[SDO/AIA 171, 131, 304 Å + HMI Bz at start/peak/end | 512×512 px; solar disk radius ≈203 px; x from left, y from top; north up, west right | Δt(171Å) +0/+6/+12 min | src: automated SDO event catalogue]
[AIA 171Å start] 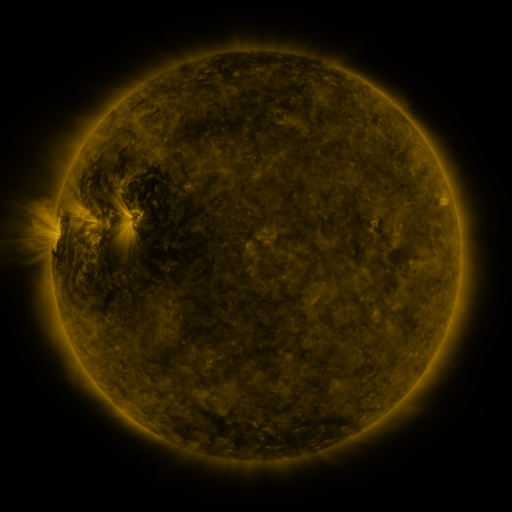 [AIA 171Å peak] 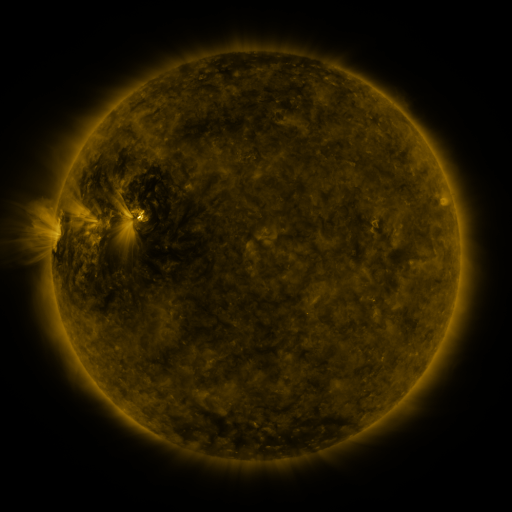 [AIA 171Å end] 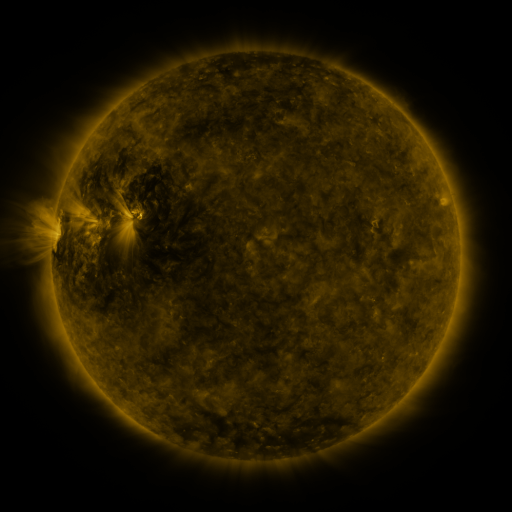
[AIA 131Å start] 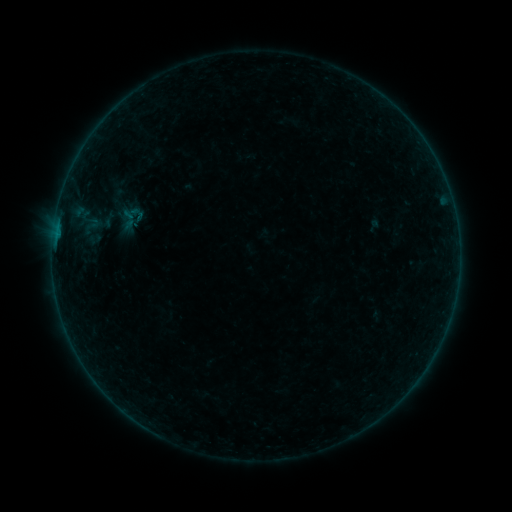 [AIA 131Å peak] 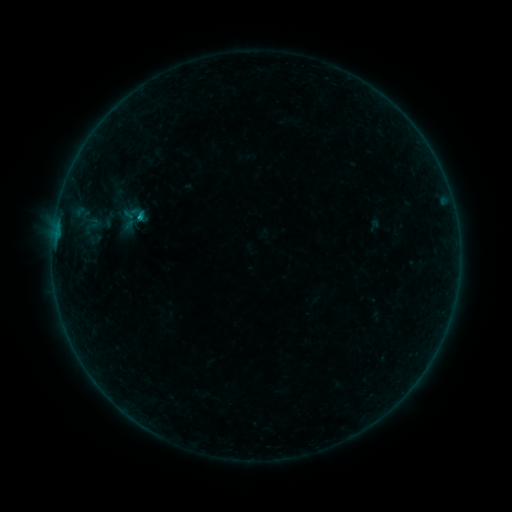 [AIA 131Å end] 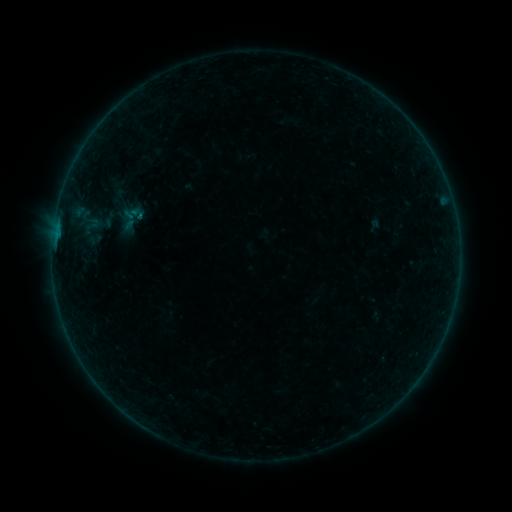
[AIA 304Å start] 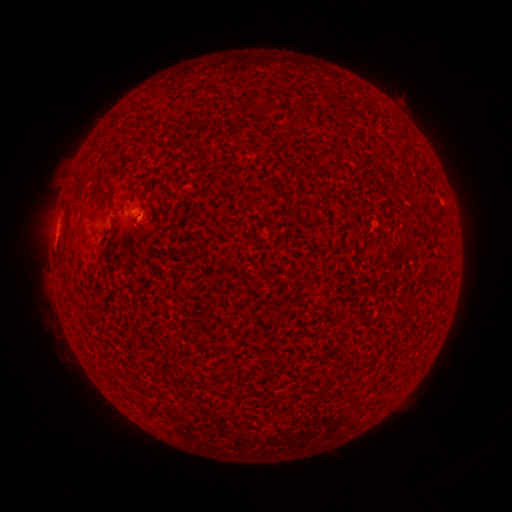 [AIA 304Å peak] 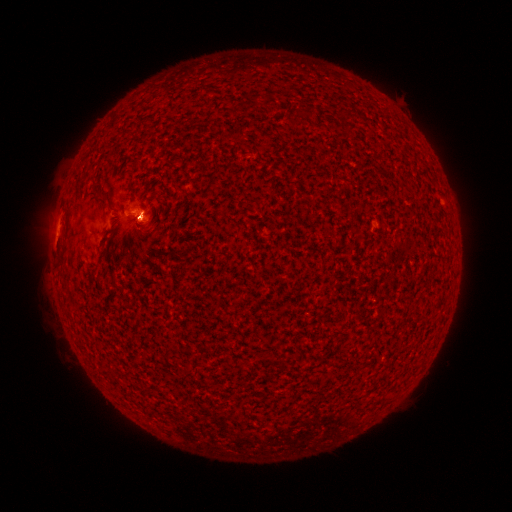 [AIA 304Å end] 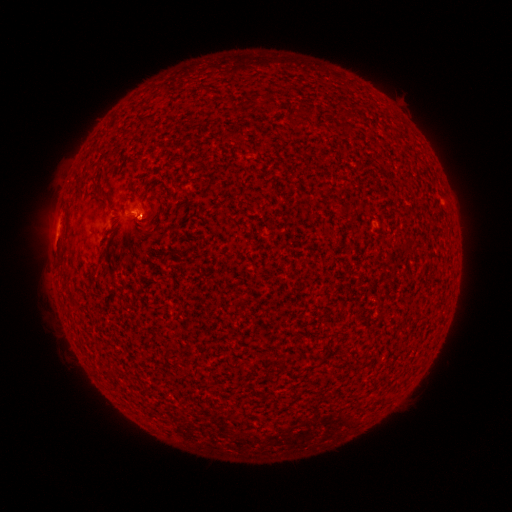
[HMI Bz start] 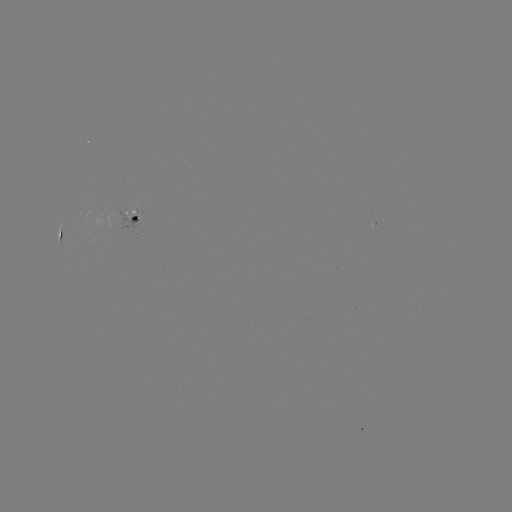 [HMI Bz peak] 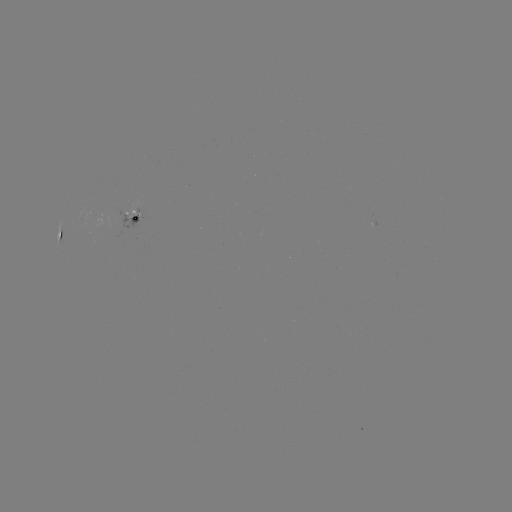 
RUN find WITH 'B3.1 flare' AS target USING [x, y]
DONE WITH [140, 217] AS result